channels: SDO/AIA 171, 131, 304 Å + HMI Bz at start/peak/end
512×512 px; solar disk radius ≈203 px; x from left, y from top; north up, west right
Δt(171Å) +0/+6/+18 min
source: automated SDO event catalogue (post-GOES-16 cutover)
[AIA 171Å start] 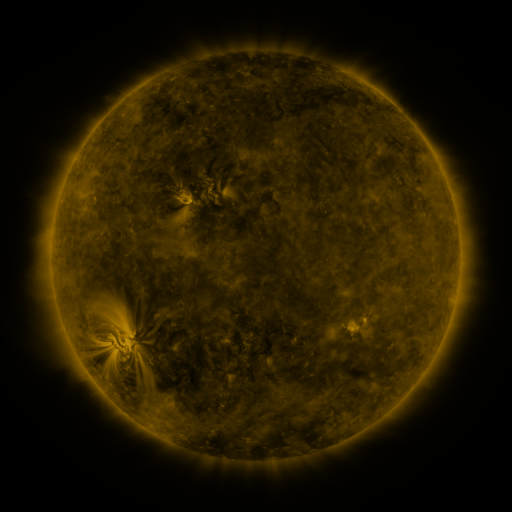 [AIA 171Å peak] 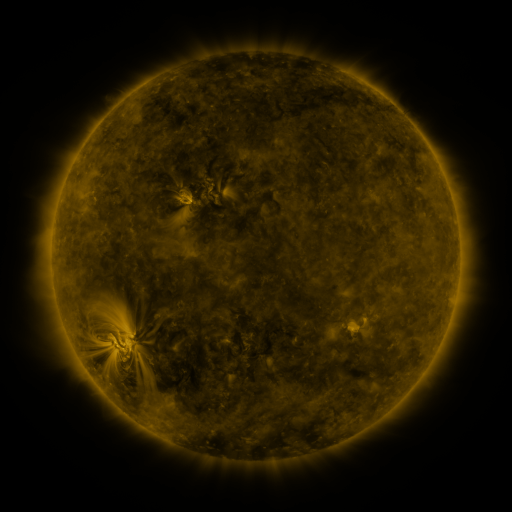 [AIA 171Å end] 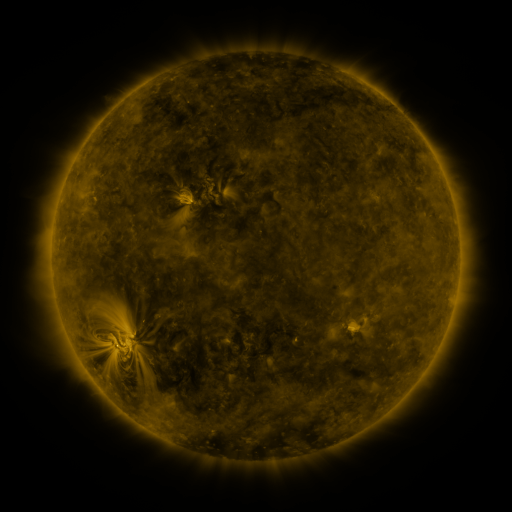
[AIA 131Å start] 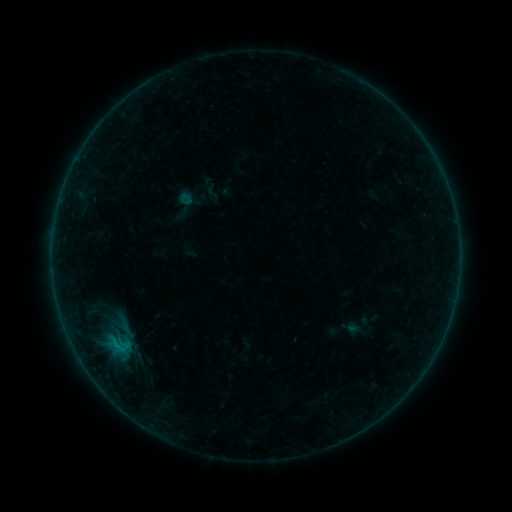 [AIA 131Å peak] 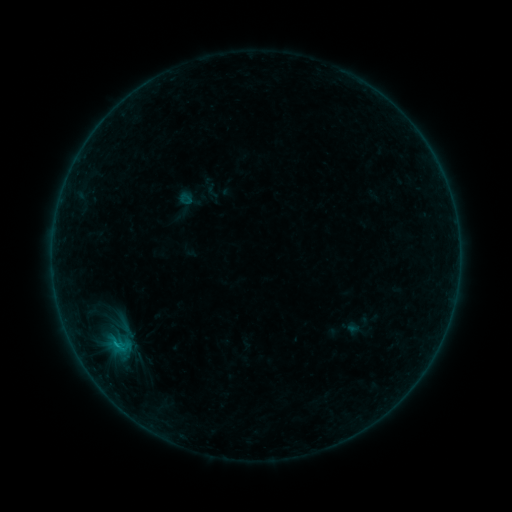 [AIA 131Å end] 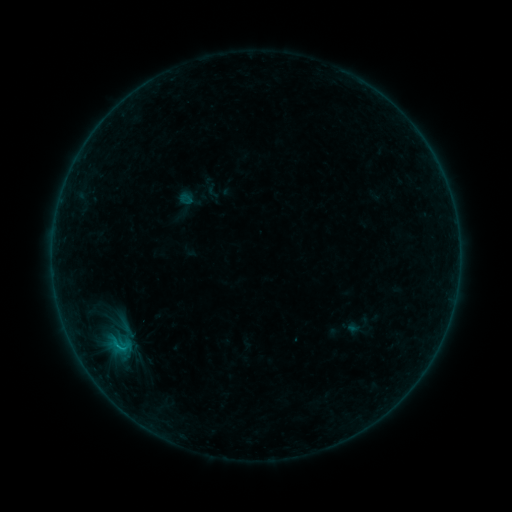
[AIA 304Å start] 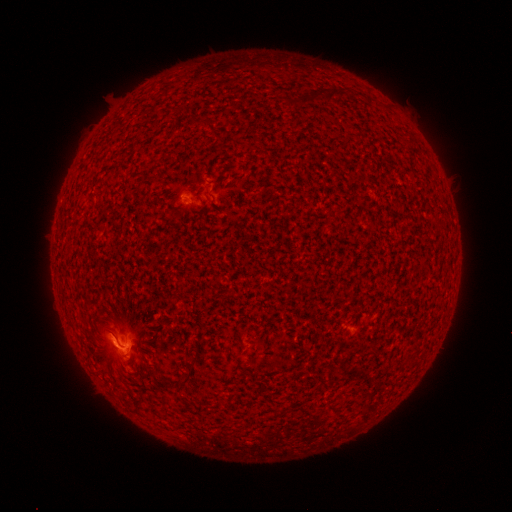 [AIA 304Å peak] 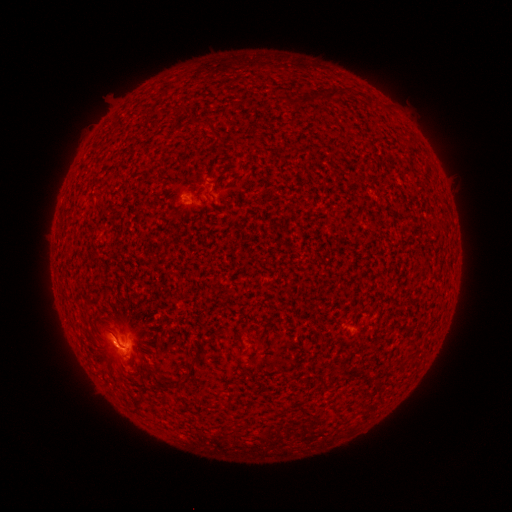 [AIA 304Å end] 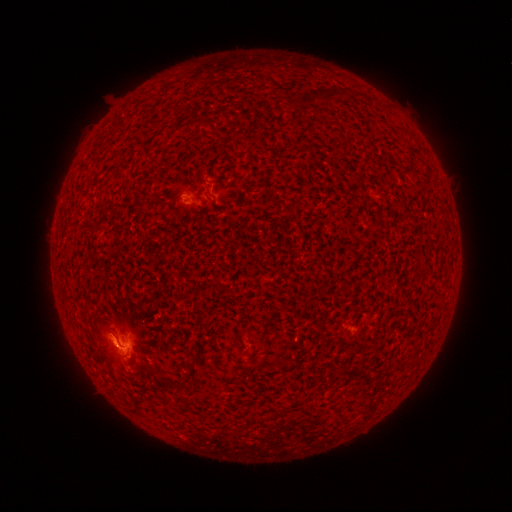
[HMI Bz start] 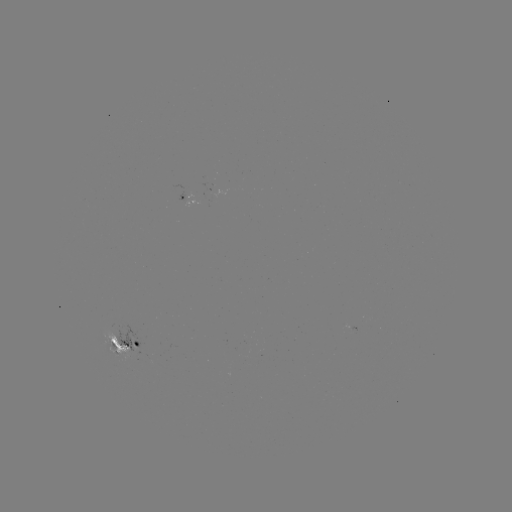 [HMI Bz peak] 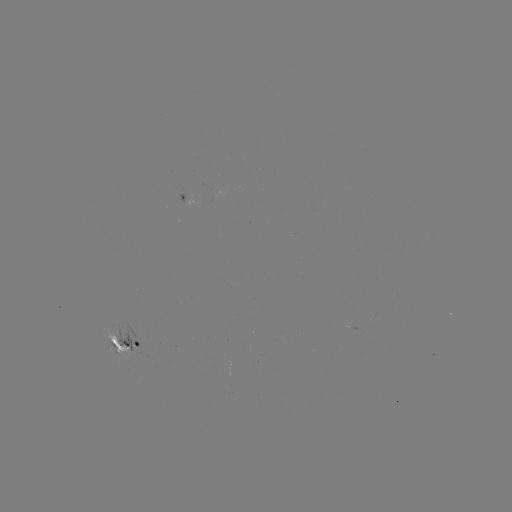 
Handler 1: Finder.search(B5.4 flare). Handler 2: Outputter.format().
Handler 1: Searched B5.4 flare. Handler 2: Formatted [116, 343].